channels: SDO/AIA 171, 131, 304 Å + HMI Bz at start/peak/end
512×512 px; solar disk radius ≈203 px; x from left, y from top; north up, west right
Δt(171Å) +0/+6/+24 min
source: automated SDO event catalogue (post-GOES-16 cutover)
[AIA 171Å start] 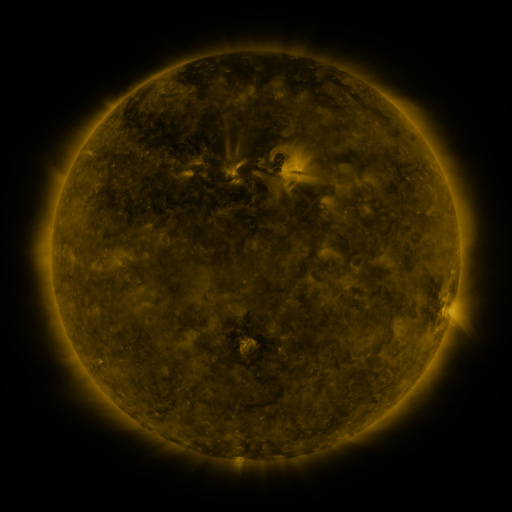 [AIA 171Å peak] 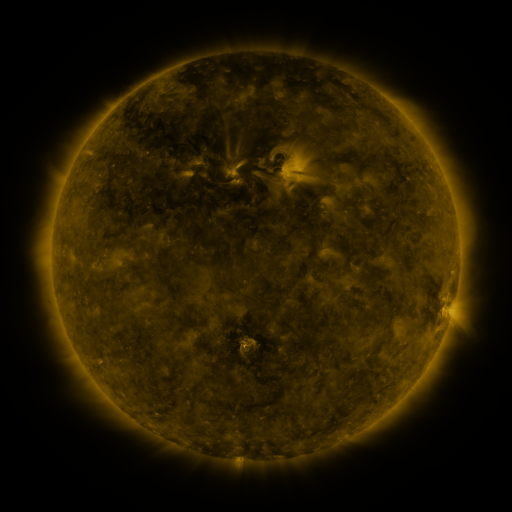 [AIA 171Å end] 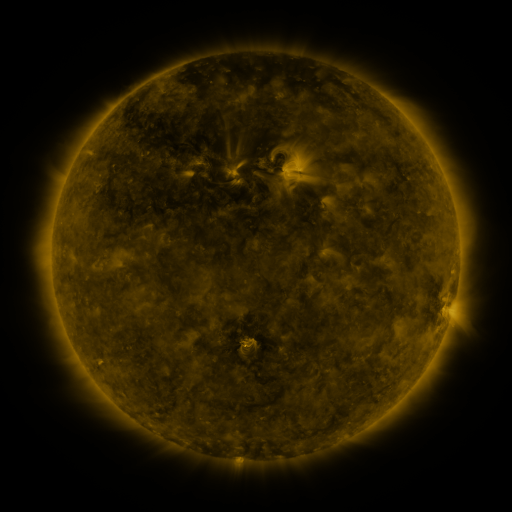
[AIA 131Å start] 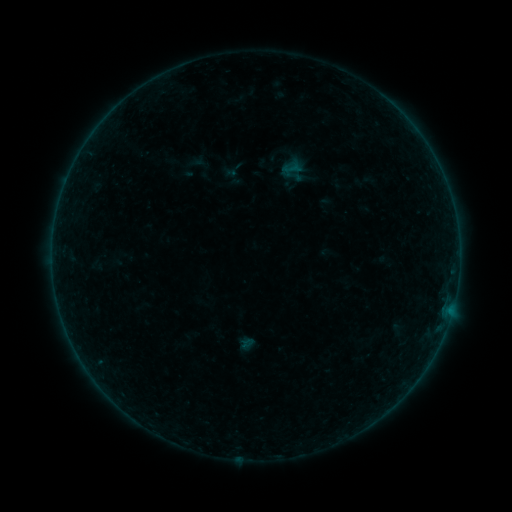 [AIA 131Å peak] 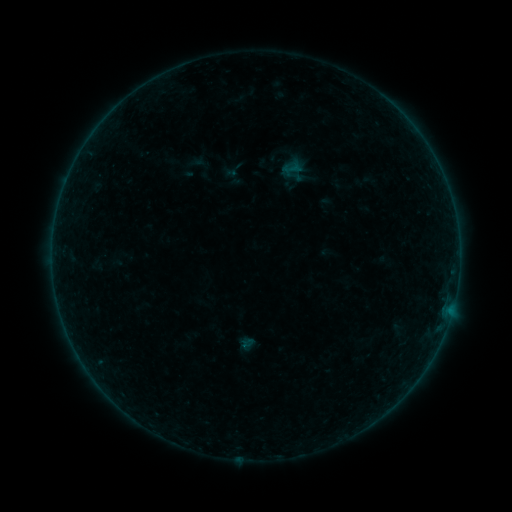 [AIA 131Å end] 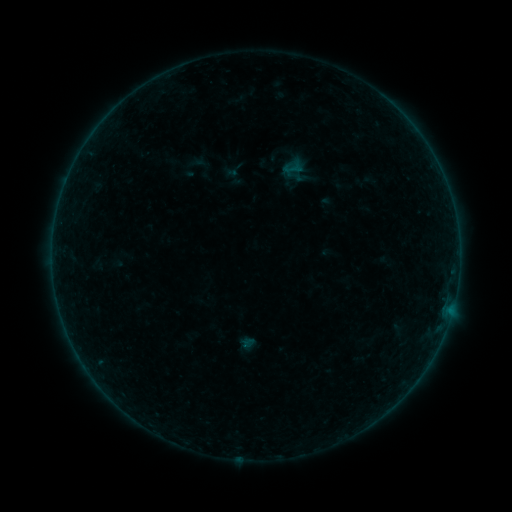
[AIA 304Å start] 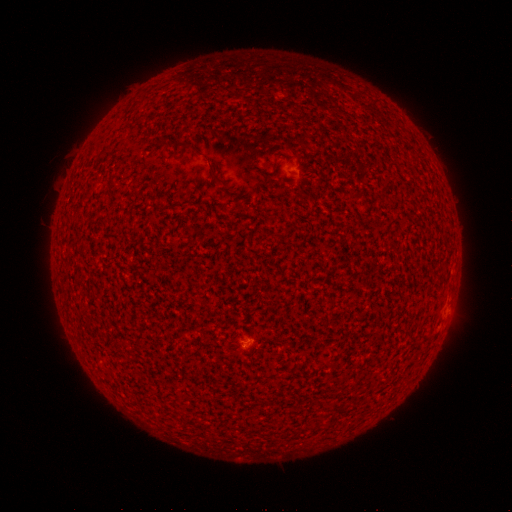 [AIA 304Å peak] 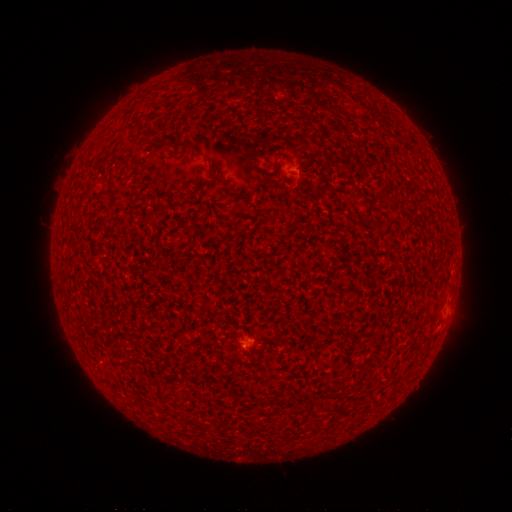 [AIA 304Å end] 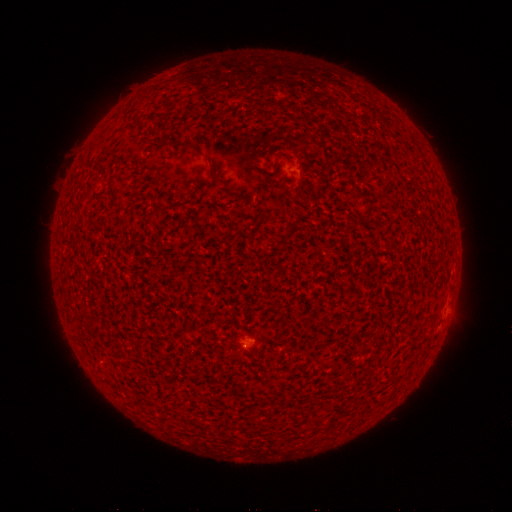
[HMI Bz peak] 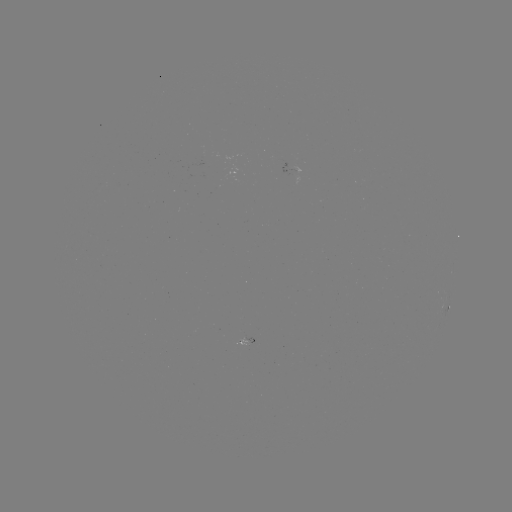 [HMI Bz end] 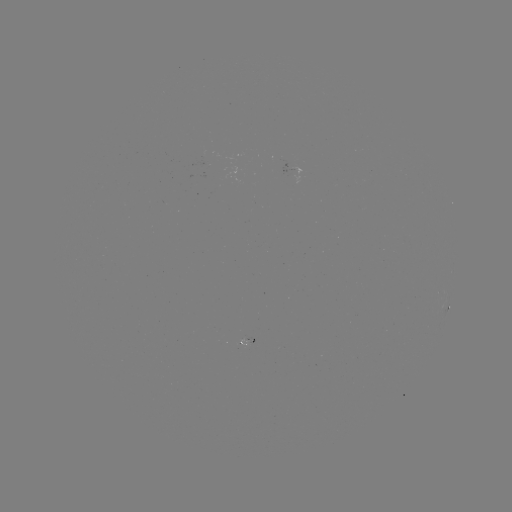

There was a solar flare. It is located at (246, 345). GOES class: A3.5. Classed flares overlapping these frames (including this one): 1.